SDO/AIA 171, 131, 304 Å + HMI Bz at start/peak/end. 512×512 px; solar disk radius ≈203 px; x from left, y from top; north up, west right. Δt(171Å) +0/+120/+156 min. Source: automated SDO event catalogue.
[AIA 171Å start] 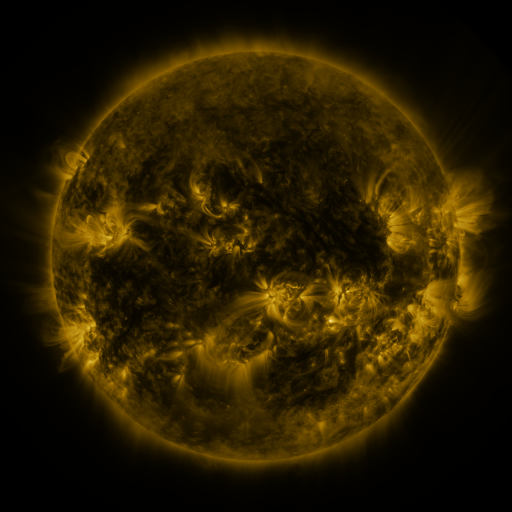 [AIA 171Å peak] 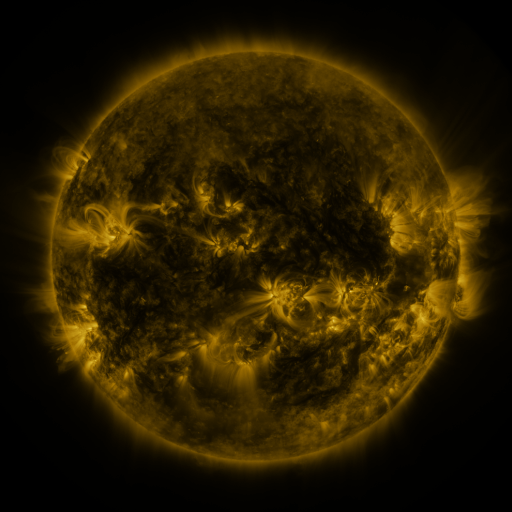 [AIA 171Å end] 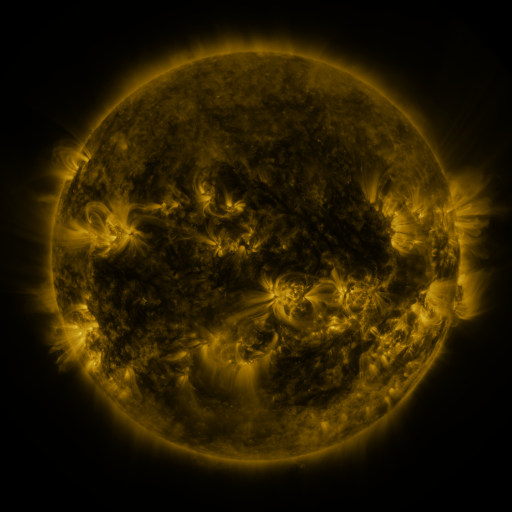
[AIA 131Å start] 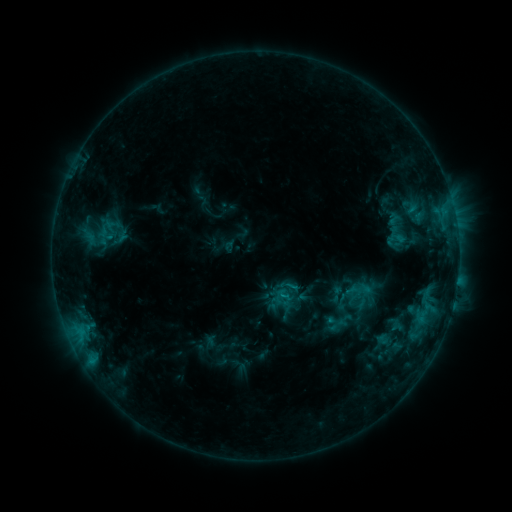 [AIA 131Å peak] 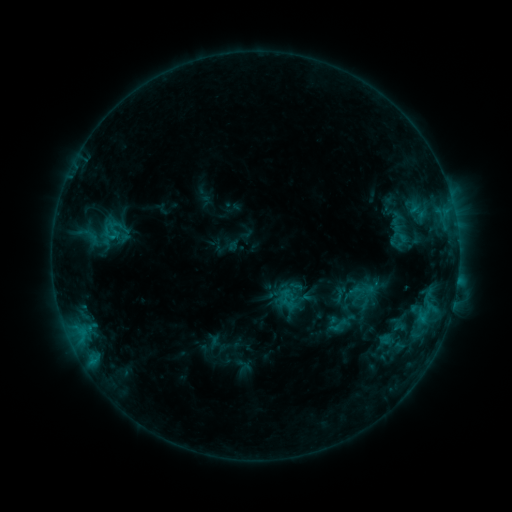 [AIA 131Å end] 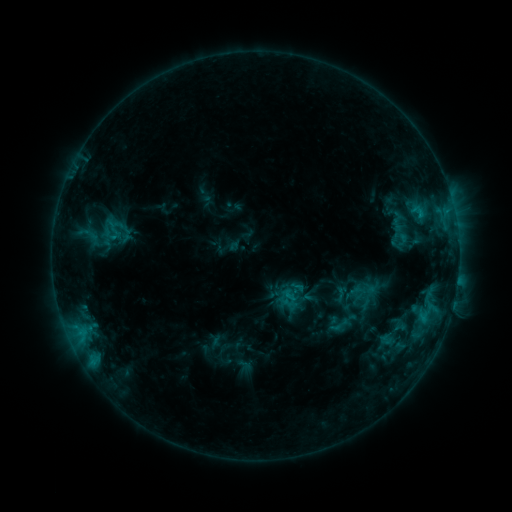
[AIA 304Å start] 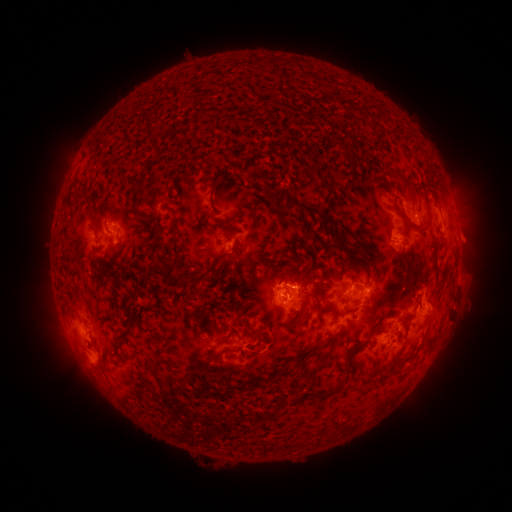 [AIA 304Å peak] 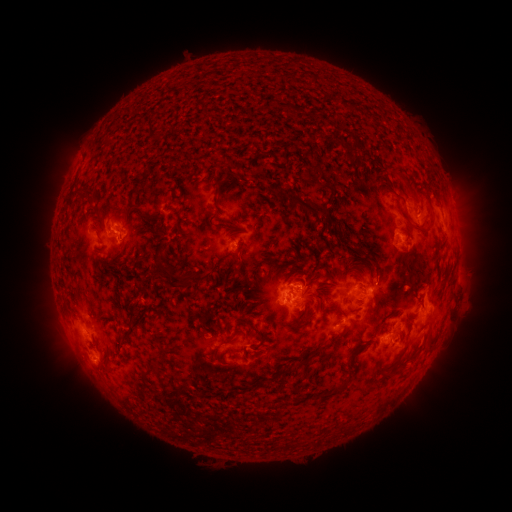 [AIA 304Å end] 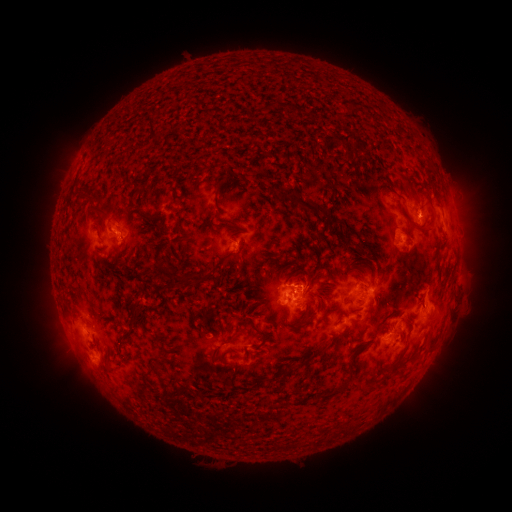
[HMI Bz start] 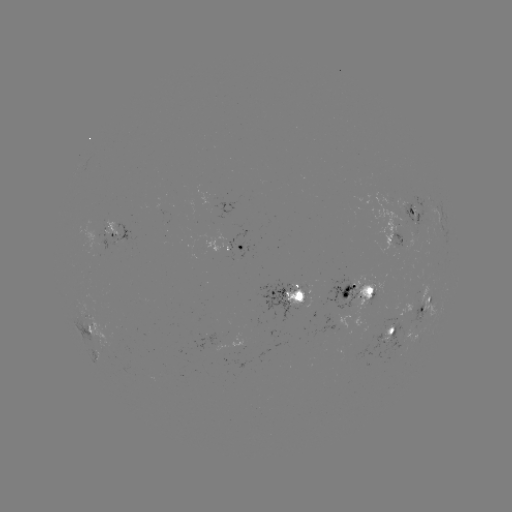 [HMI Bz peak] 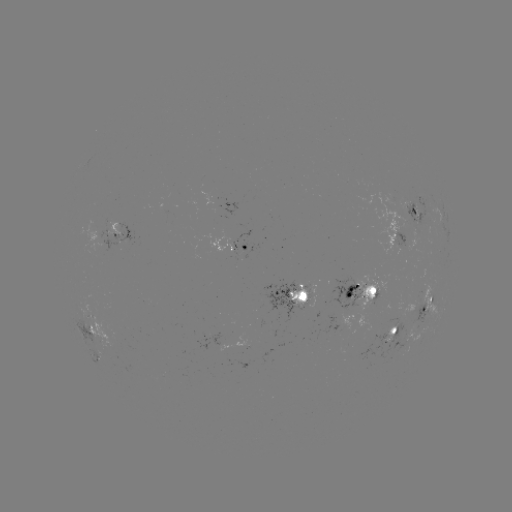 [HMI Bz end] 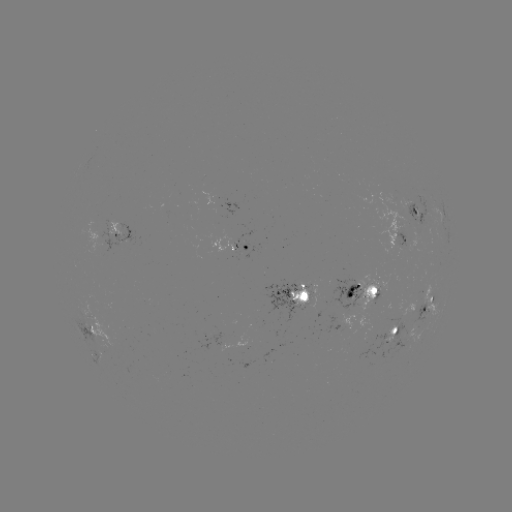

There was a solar emerging-flux region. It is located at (413, 295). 